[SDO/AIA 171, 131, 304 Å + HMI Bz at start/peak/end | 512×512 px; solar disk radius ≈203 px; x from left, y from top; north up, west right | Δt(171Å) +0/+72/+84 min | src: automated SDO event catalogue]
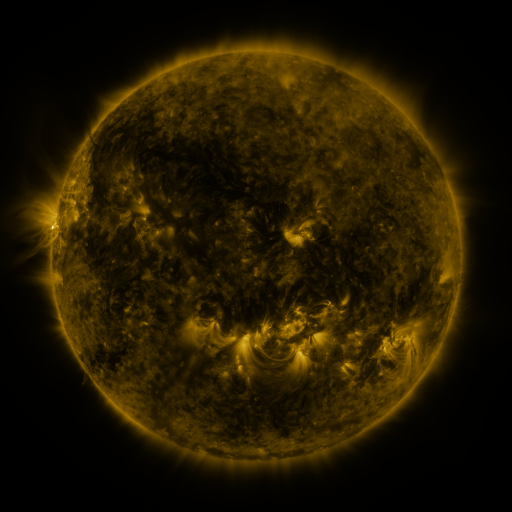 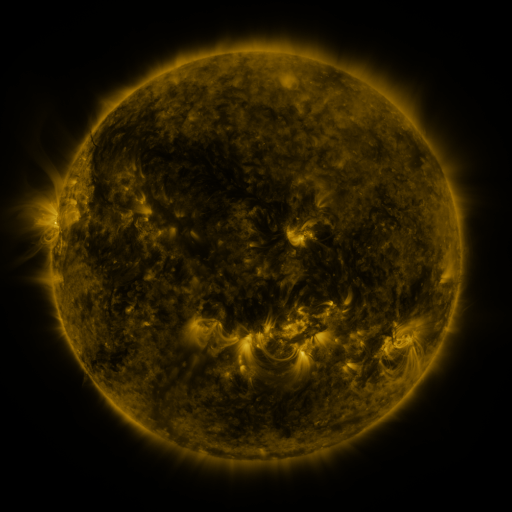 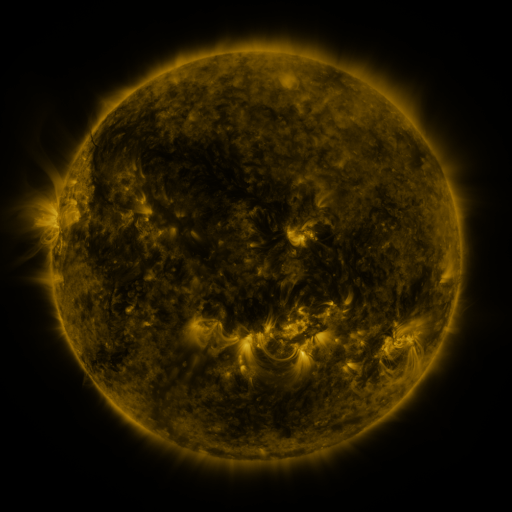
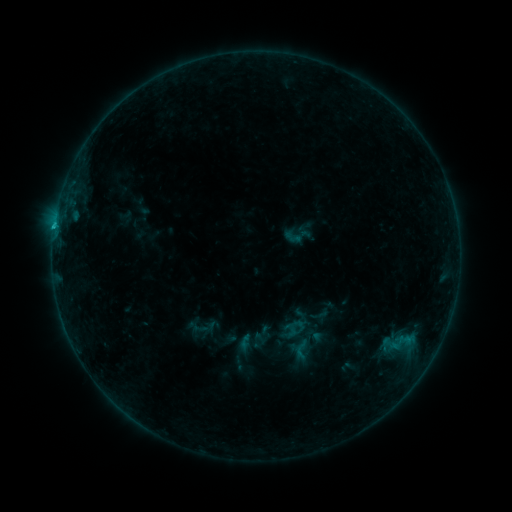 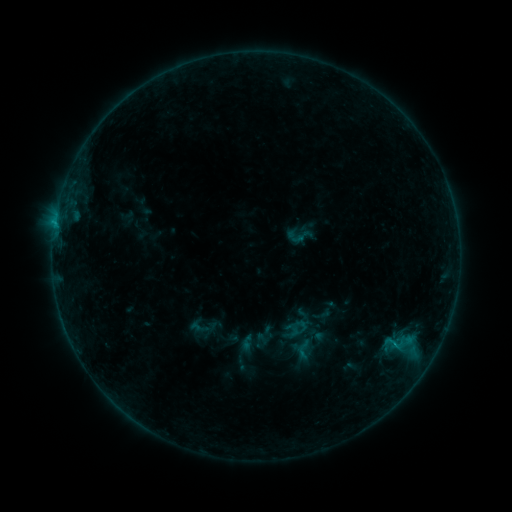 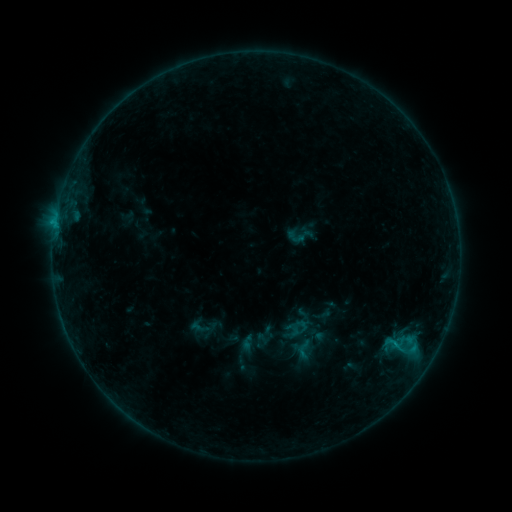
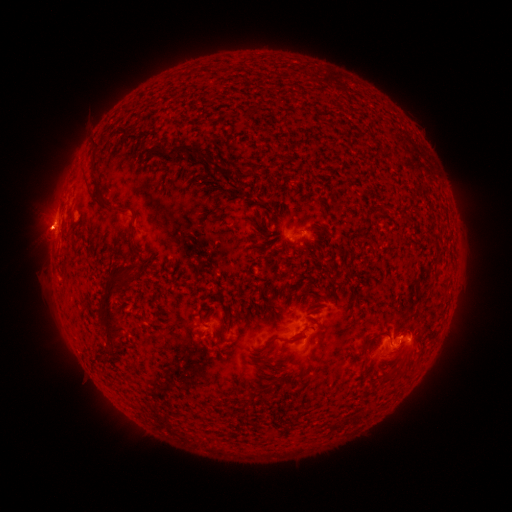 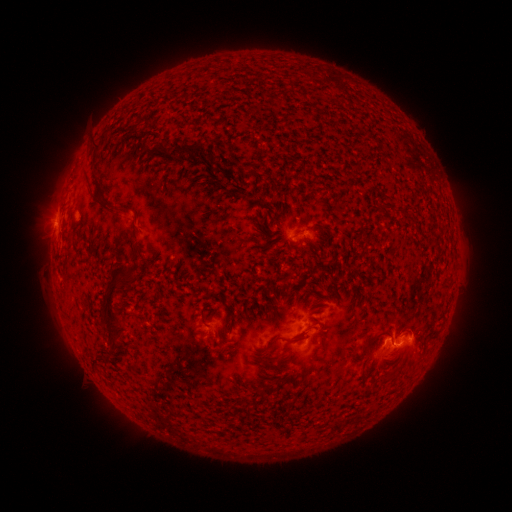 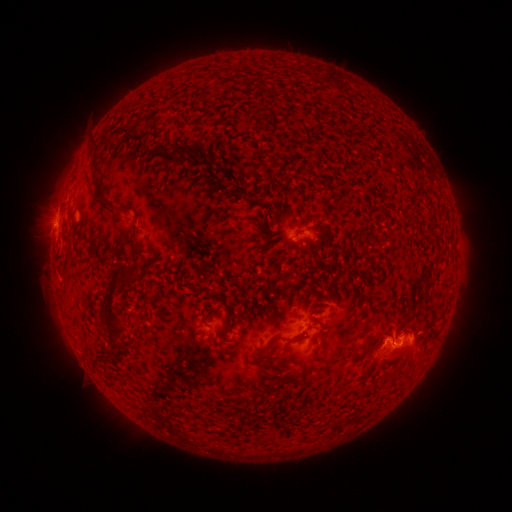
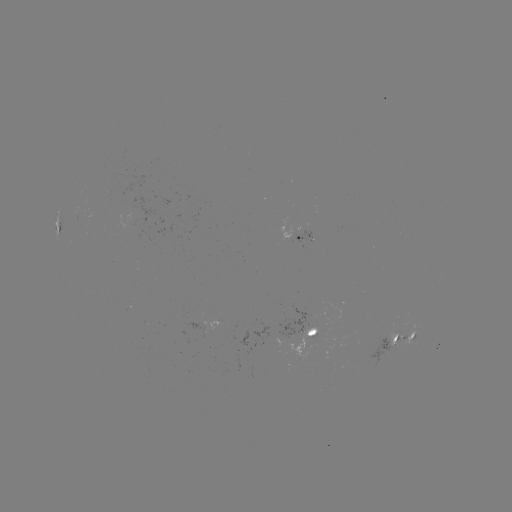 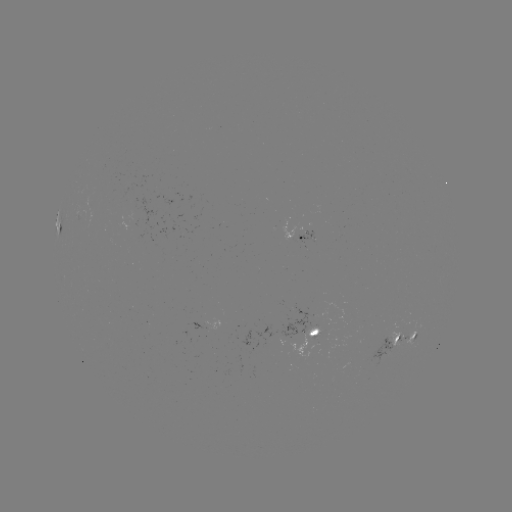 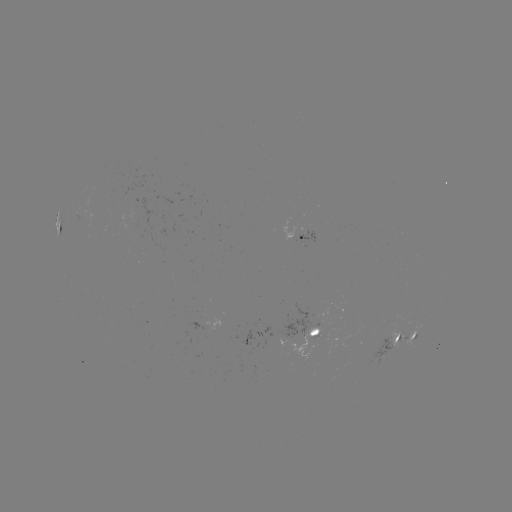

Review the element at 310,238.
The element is emerging-flux region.